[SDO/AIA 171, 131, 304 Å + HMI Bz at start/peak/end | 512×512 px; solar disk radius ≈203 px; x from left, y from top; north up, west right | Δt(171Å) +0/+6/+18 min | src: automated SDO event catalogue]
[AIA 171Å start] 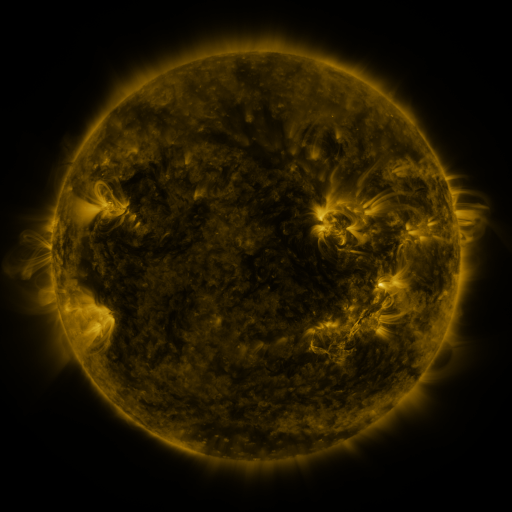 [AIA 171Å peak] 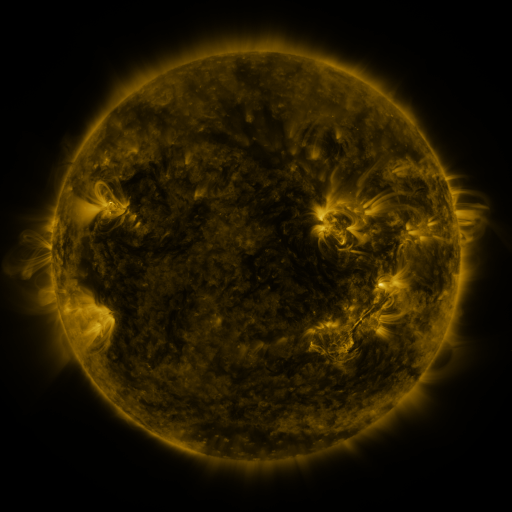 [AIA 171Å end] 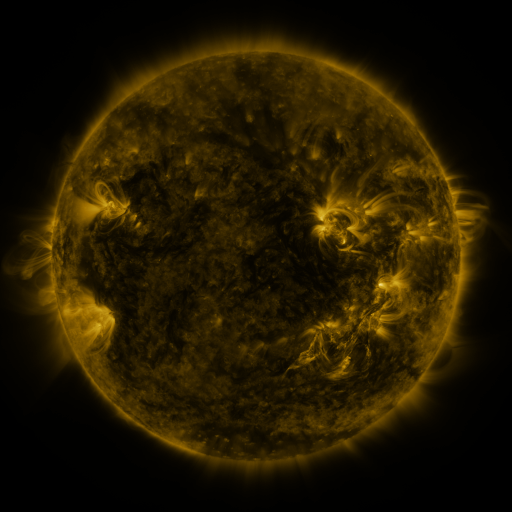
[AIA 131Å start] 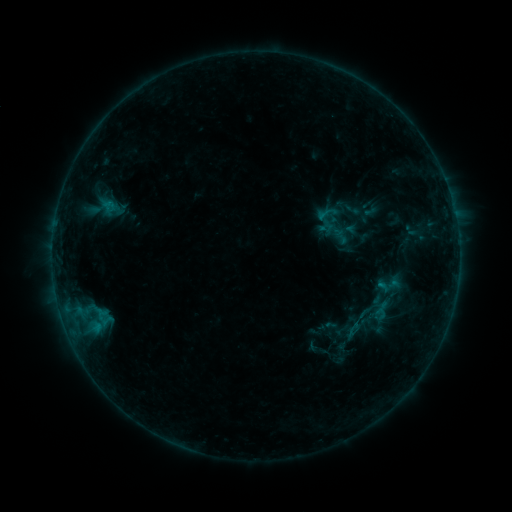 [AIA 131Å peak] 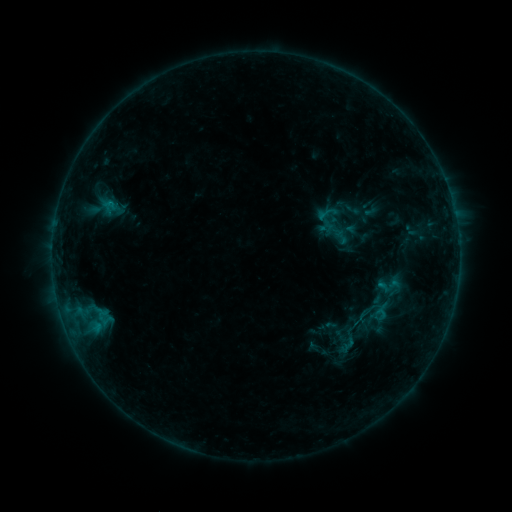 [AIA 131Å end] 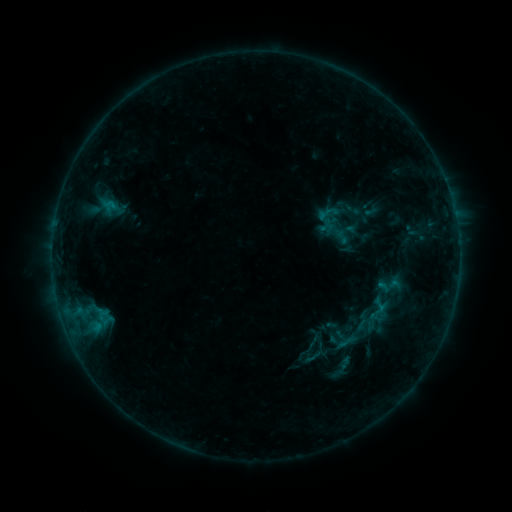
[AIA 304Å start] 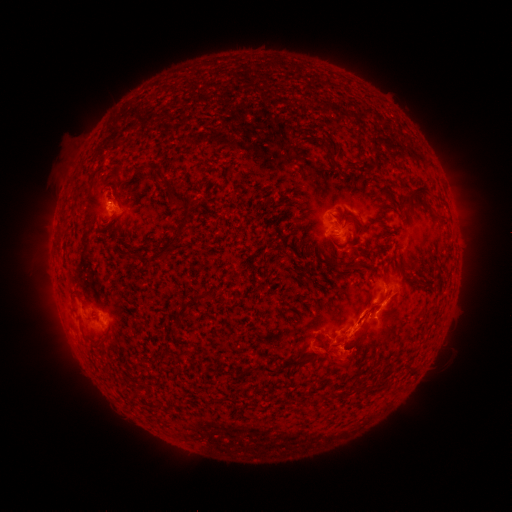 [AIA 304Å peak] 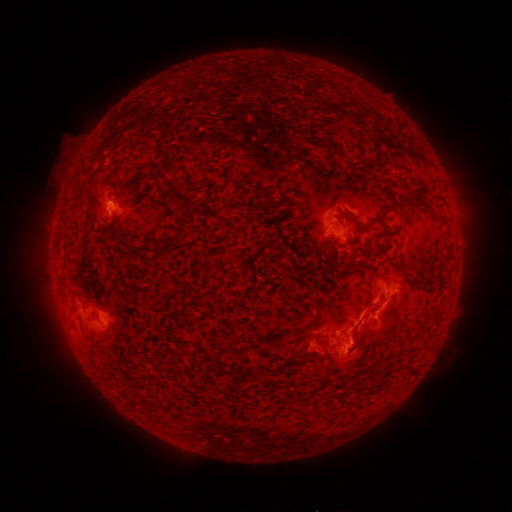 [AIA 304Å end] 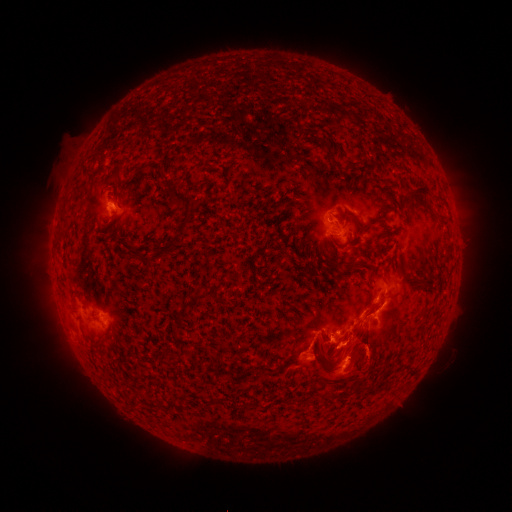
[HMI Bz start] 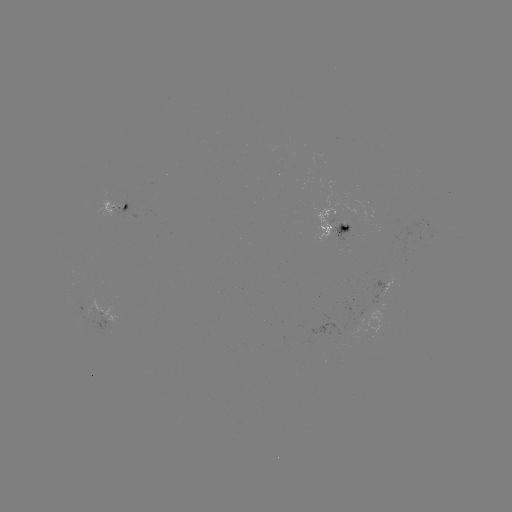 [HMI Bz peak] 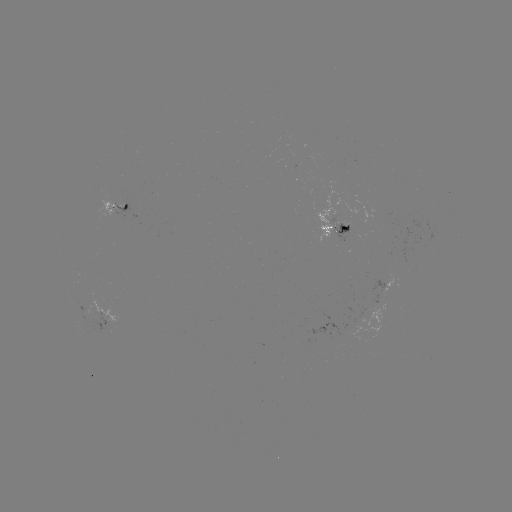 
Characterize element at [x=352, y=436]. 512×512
eruption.